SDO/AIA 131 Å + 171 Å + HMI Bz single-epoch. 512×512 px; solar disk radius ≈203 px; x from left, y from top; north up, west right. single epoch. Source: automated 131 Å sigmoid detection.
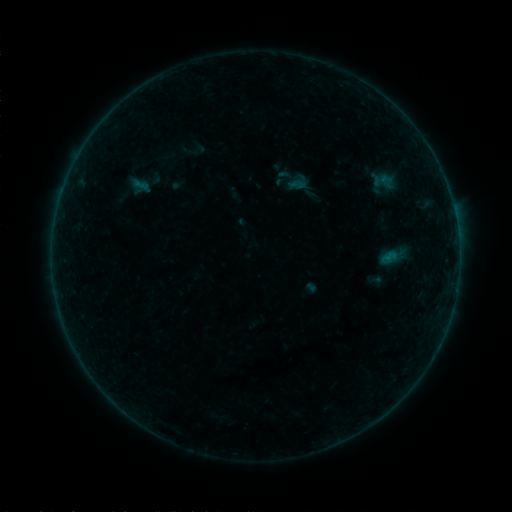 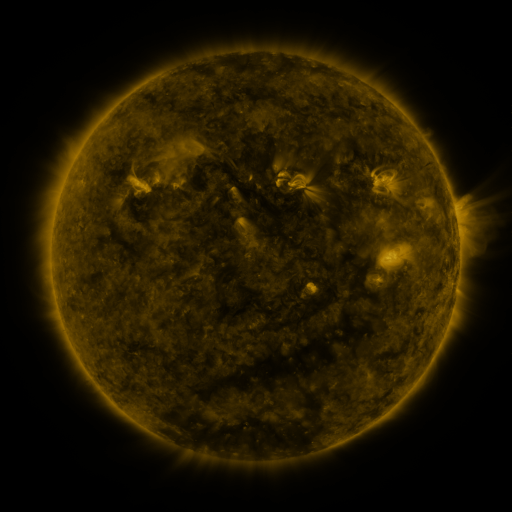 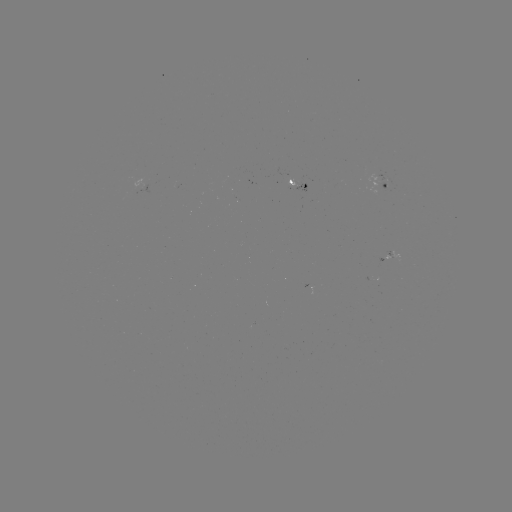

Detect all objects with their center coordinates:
sigmoid: (297, 185)
